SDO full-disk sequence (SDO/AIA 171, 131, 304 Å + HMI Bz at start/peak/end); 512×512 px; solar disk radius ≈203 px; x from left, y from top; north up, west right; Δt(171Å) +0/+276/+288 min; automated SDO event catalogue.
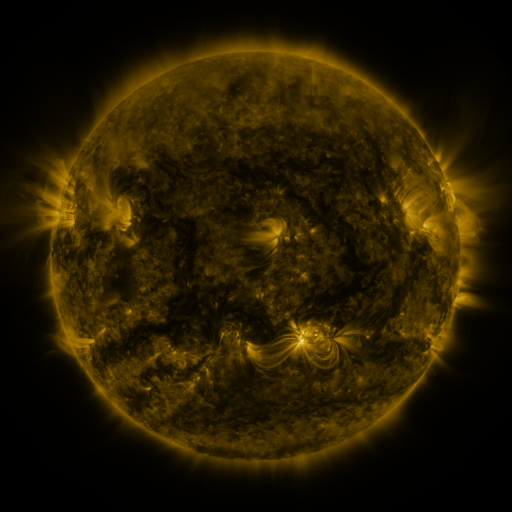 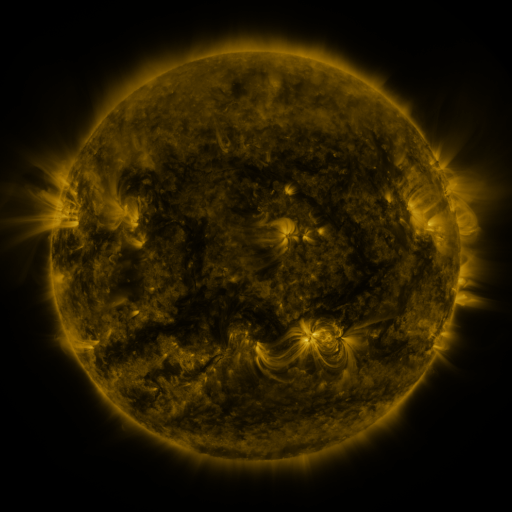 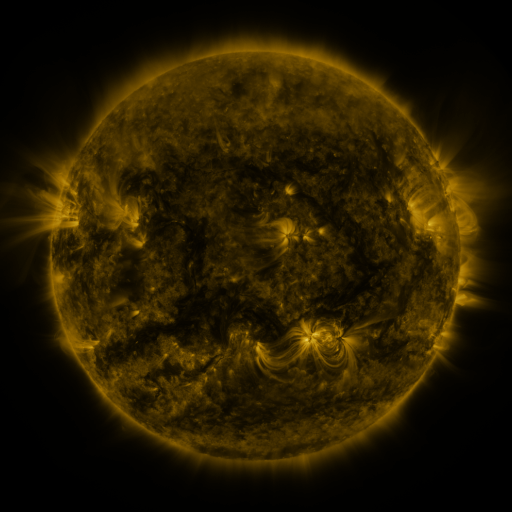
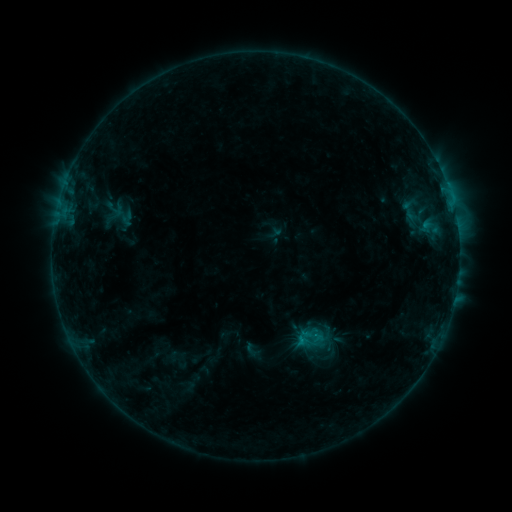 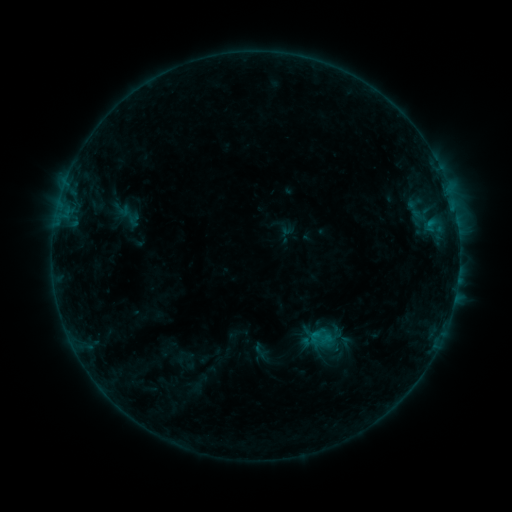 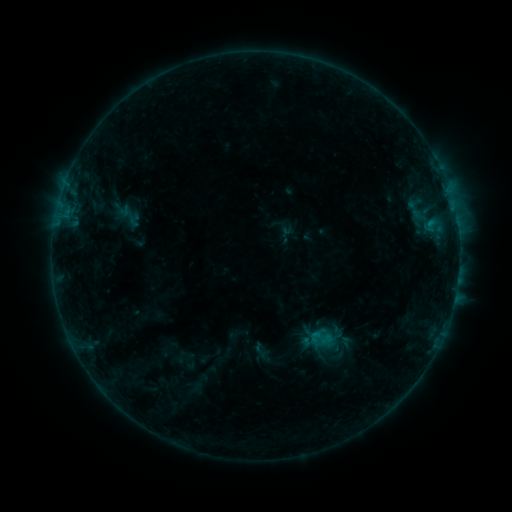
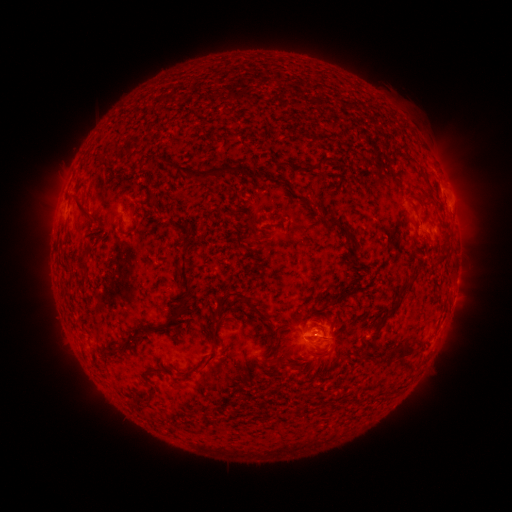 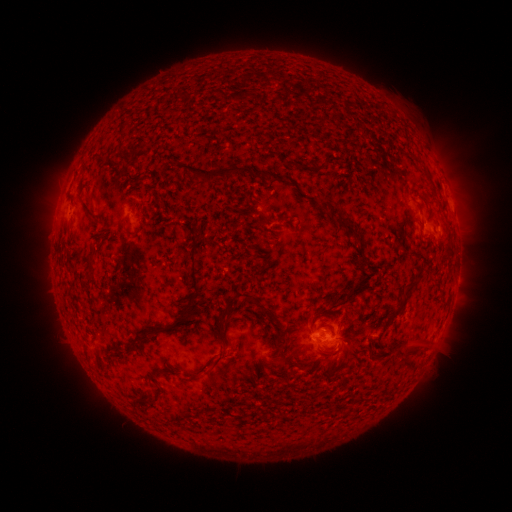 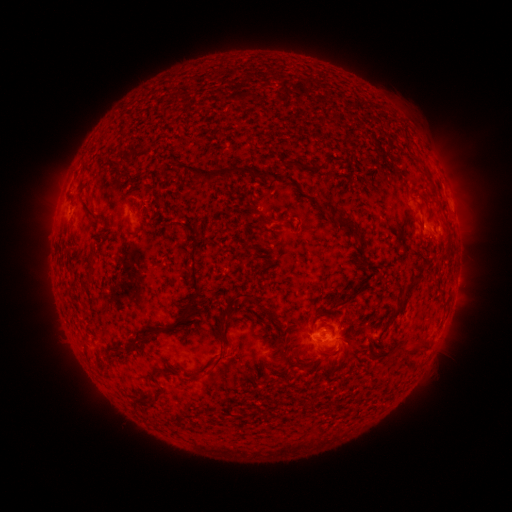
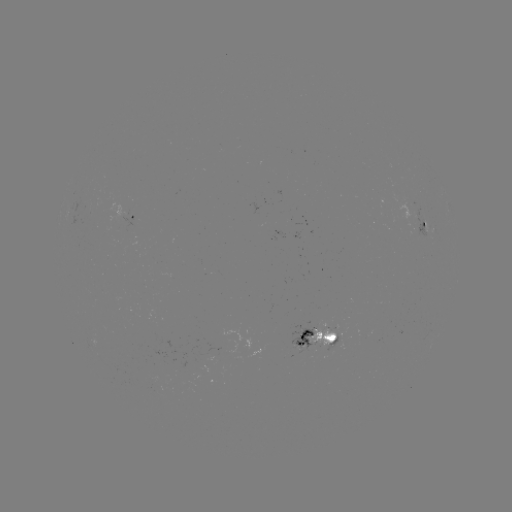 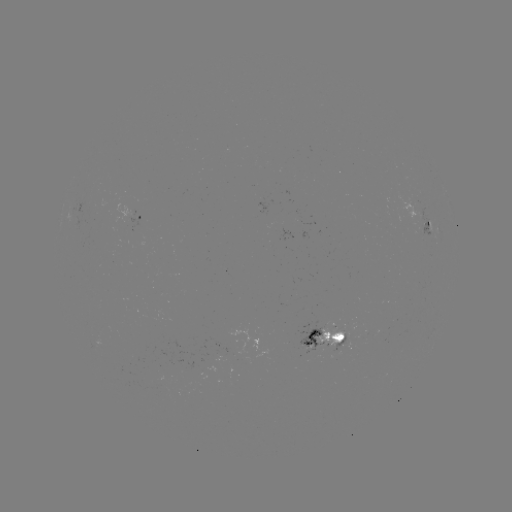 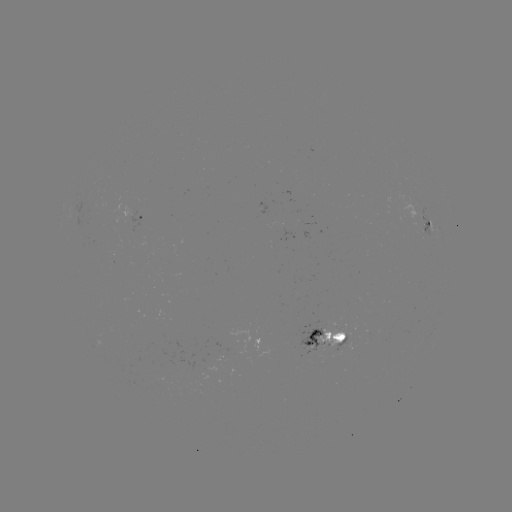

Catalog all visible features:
emerging-flux region: (336, 332)
